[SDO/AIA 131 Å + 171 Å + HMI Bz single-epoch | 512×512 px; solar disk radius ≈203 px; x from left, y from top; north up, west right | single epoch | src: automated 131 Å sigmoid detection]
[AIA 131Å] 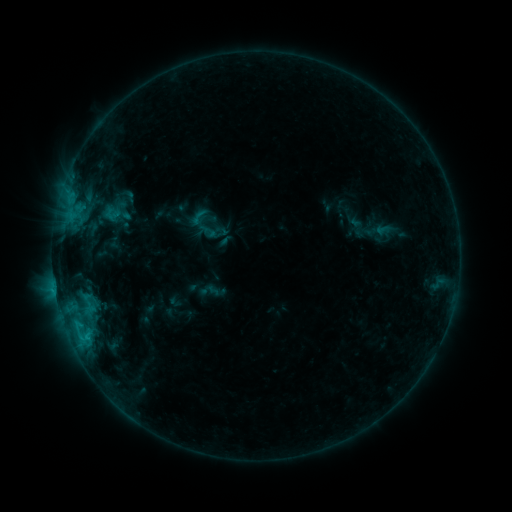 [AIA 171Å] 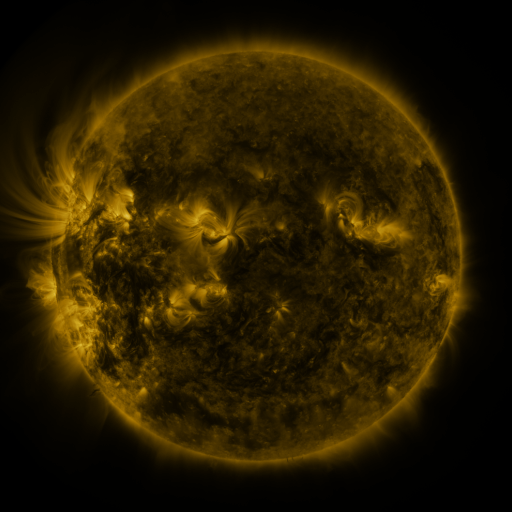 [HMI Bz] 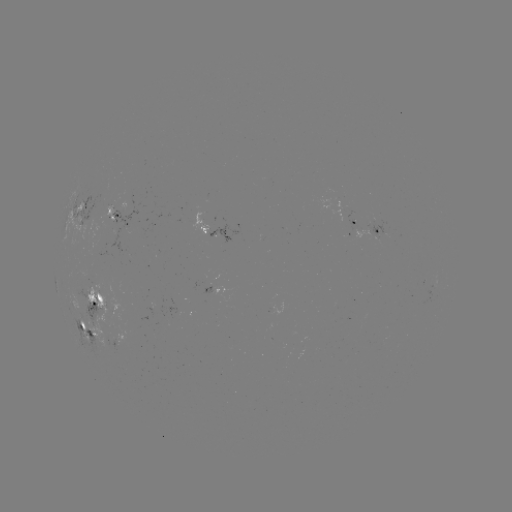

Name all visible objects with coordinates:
sigmoid: (110, 213)
